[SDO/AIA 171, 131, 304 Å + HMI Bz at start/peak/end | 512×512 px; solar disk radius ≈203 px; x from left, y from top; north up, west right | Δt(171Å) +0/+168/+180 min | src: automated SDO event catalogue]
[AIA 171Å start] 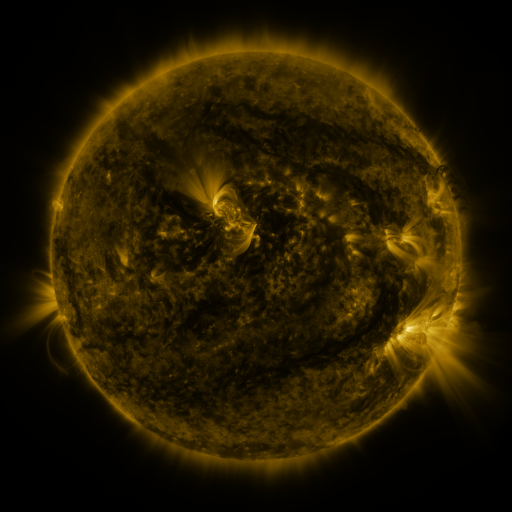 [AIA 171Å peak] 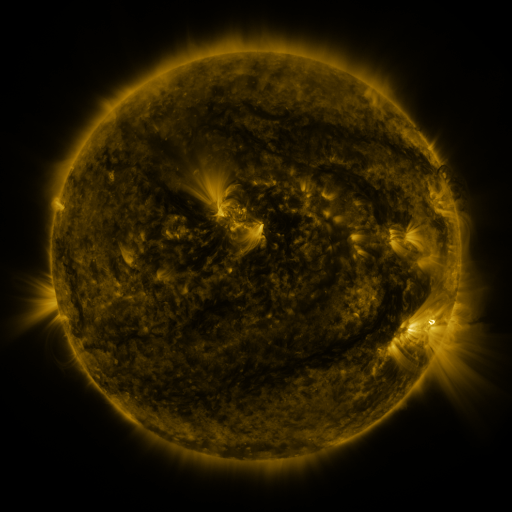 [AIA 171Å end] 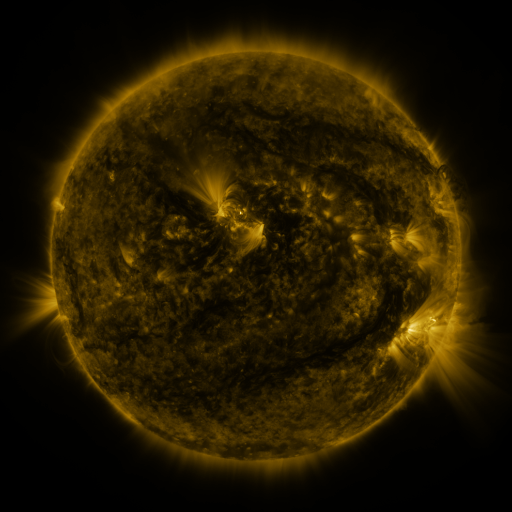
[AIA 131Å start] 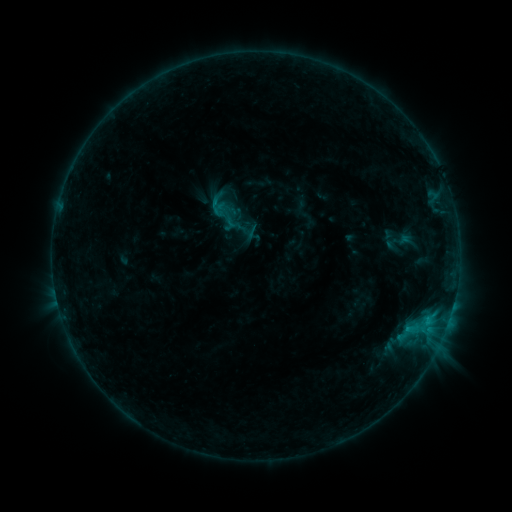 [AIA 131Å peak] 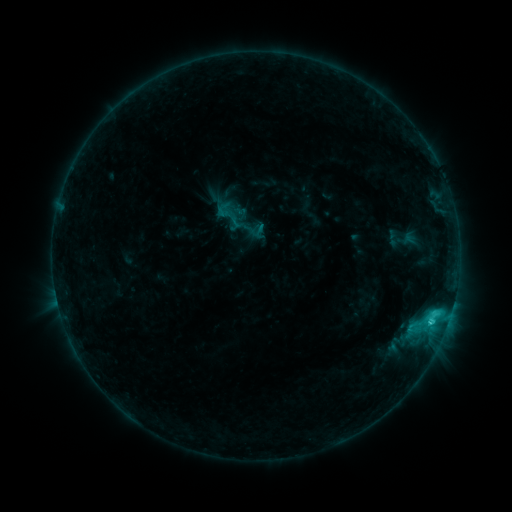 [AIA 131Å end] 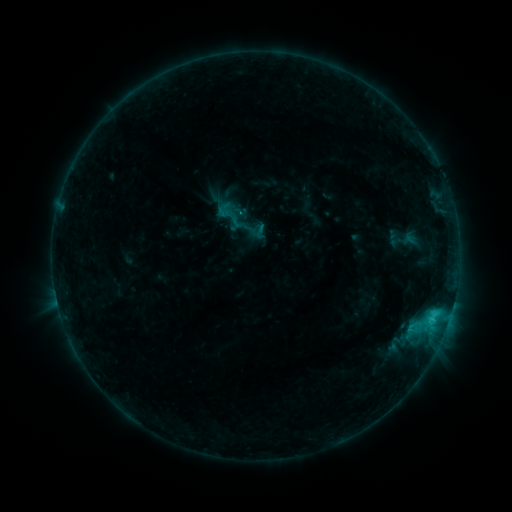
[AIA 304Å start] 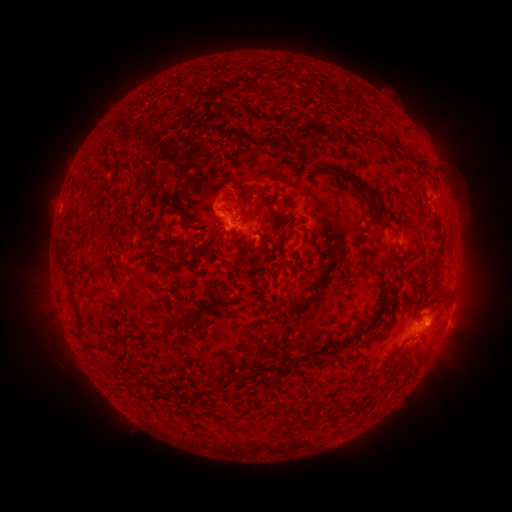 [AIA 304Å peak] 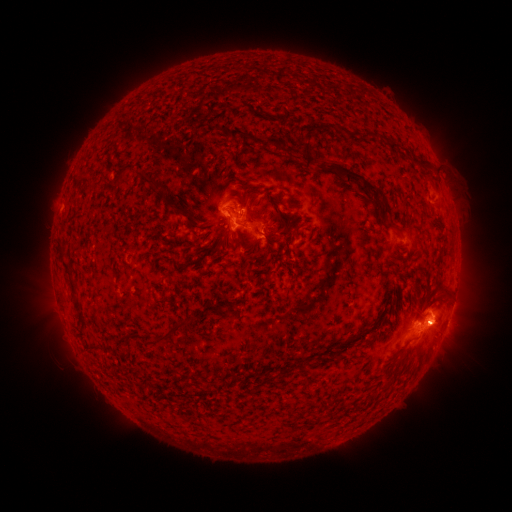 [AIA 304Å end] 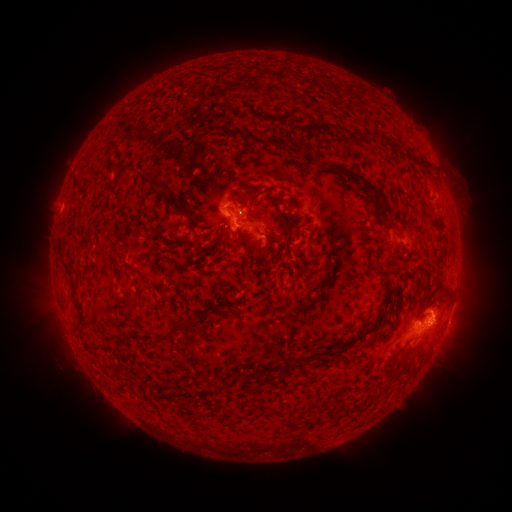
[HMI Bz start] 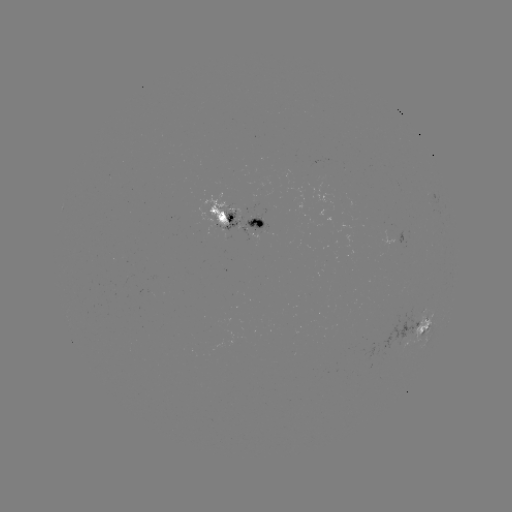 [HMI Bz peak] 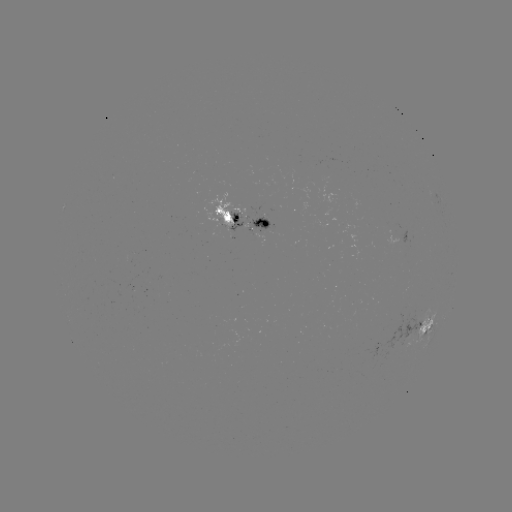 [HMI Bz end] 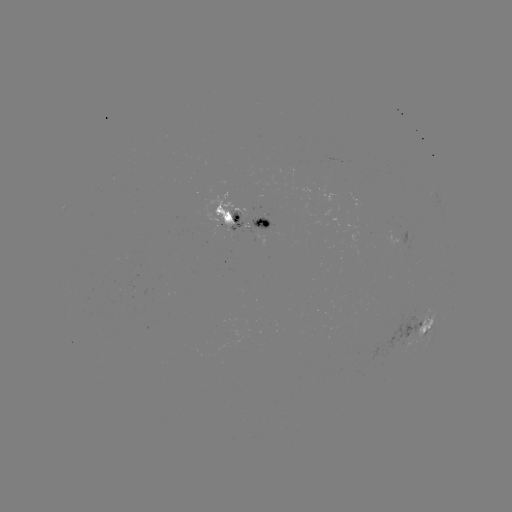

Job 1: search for emerging-flux region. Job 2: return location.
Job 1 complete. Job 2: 224,219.